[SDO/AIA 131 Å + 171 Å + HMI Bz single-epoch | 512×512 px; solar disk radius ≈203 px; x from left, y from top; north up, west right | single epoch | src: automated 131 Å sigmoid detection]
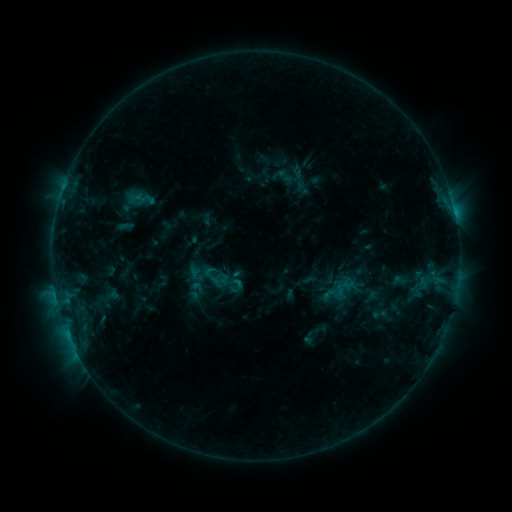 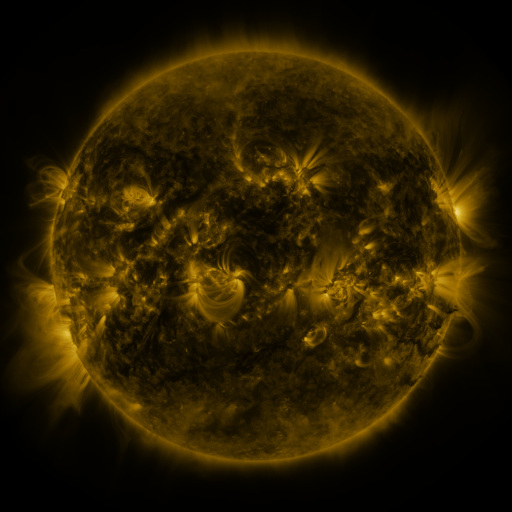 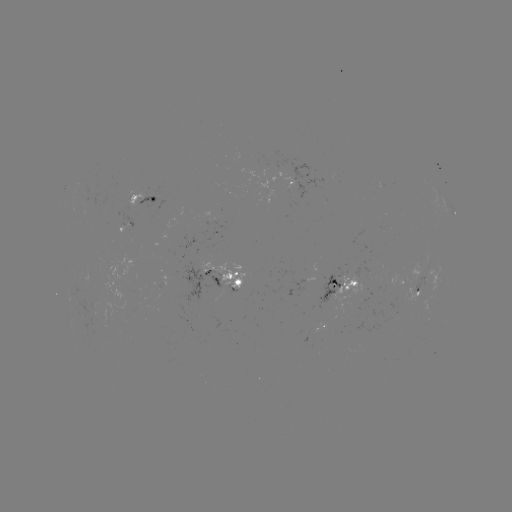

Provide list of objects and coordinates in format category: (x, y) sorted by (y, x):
sigmoid: (341, 291)
